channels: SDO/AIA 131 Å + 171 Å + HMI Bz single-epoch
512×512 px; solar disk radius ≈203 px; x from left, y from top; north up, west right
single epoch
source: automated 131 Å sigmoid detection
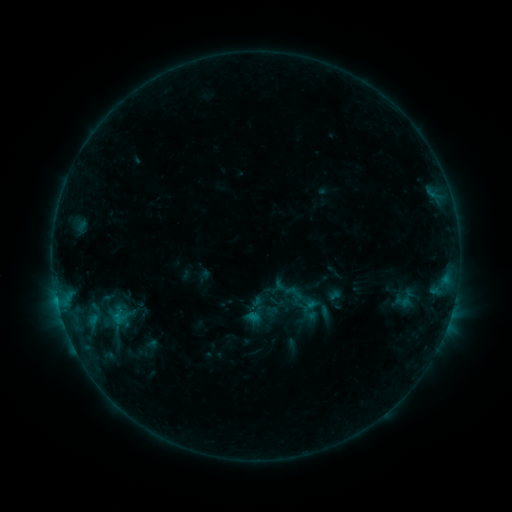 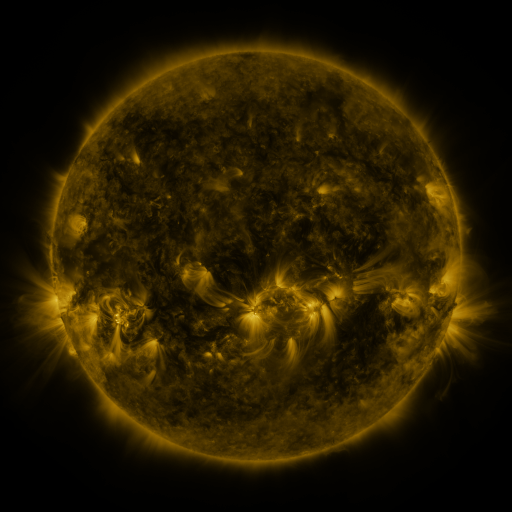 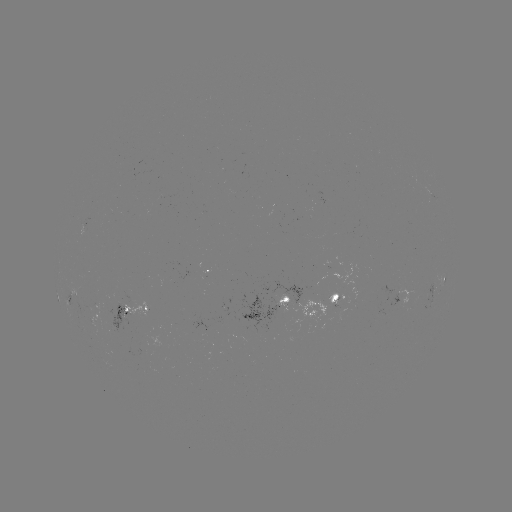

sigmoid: <bbox>284, 283, 303, 302</bbox>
